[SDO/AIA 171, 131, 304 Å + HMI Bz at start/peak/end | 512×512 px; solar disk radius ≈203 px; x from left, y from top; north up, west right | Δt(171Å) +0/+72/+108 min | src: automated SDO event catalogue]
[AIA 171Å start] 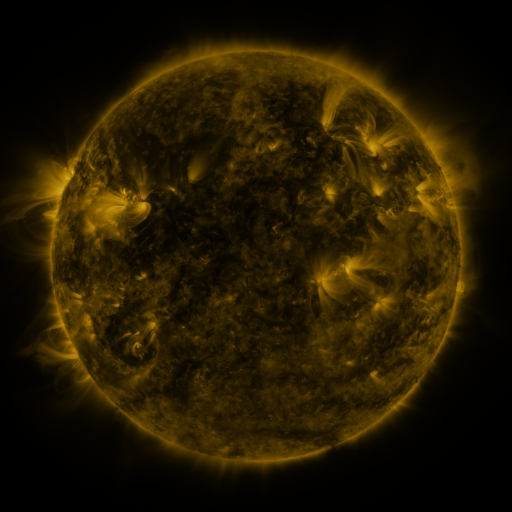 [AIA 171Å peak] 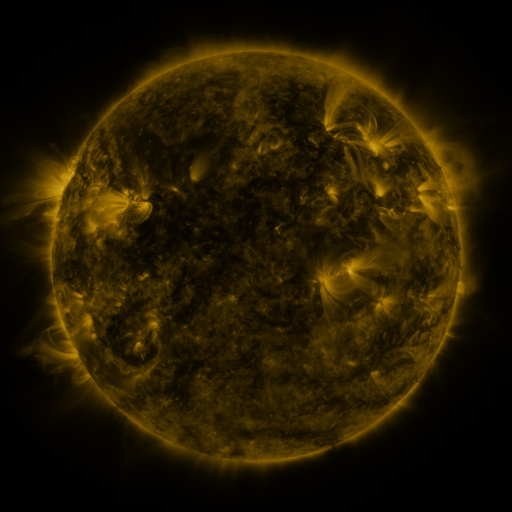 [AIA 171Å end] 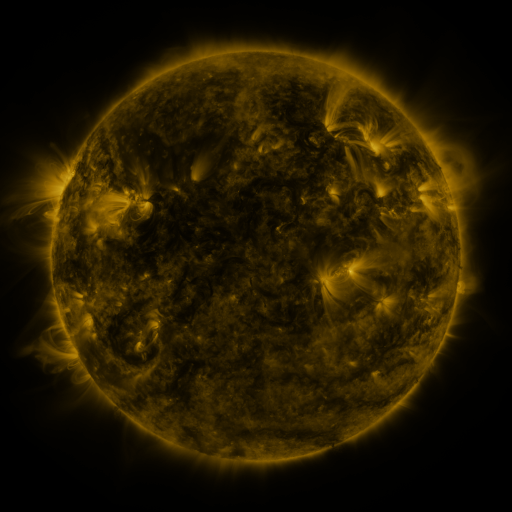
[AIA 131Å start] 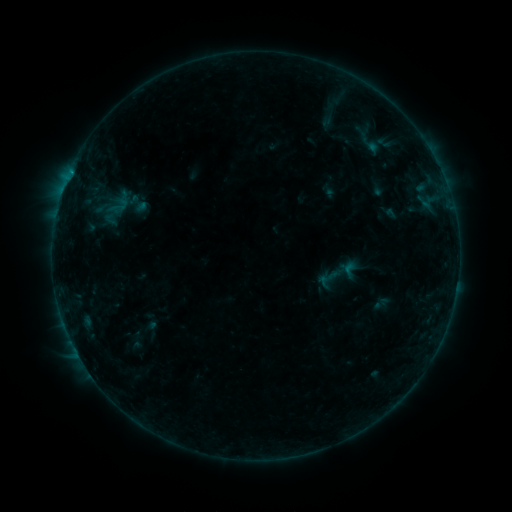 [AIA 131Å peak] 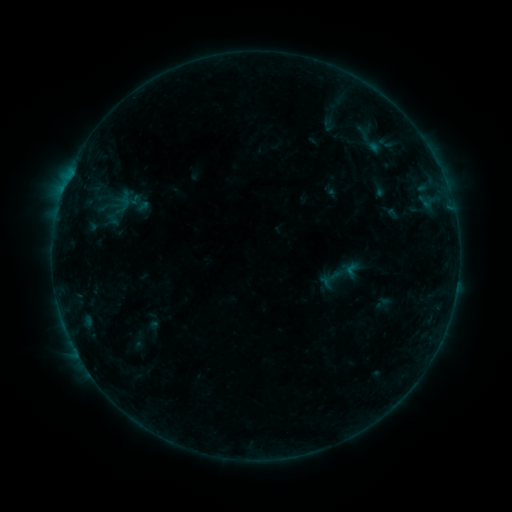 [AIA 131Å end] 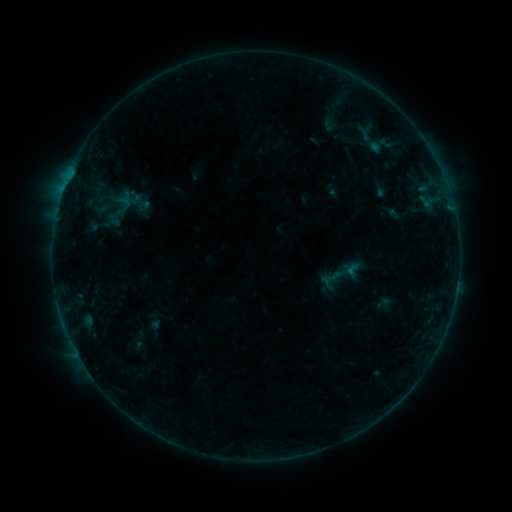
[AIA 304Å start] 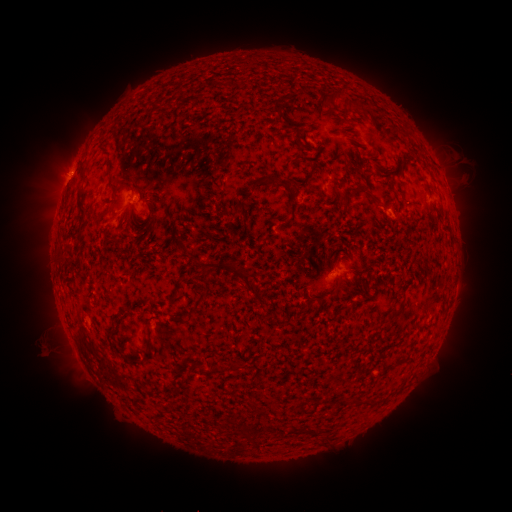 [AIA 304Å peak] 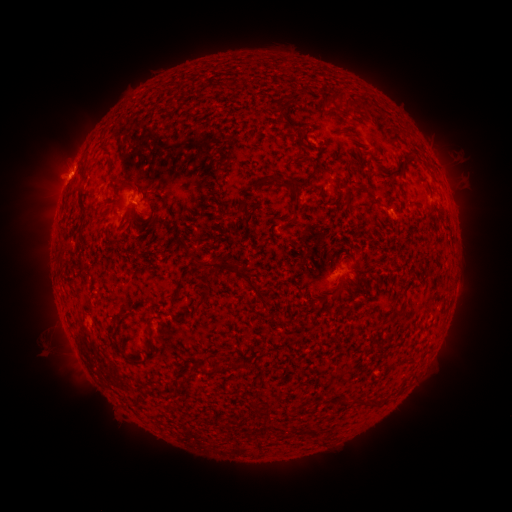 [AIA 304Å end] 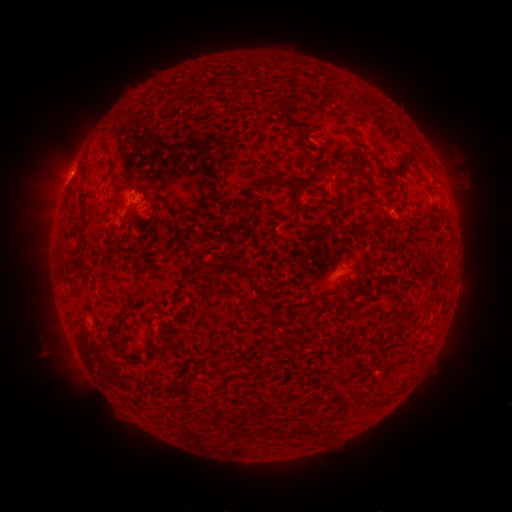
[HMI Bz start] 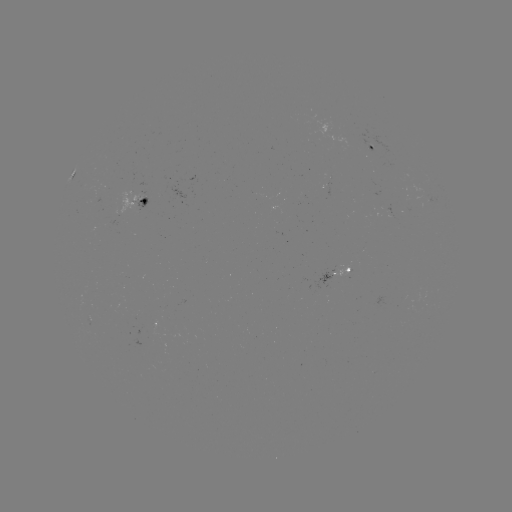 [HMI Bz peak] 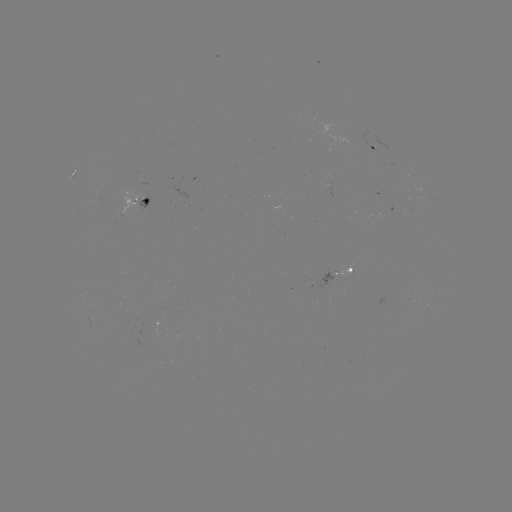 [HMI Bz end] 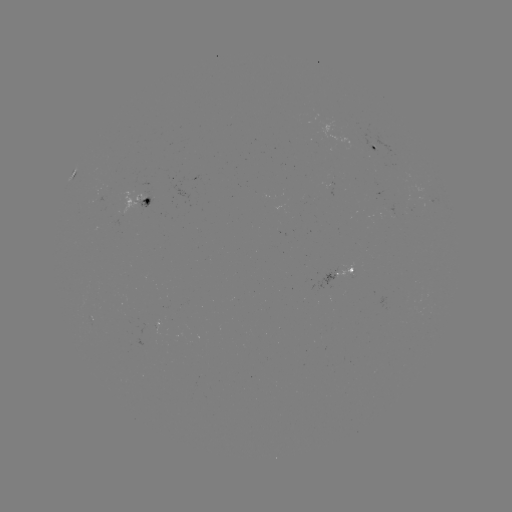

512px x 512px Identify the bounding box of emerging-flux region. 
[149, 321, 164, 335].